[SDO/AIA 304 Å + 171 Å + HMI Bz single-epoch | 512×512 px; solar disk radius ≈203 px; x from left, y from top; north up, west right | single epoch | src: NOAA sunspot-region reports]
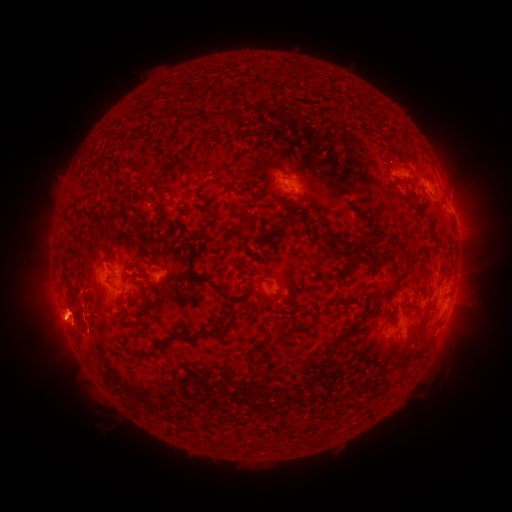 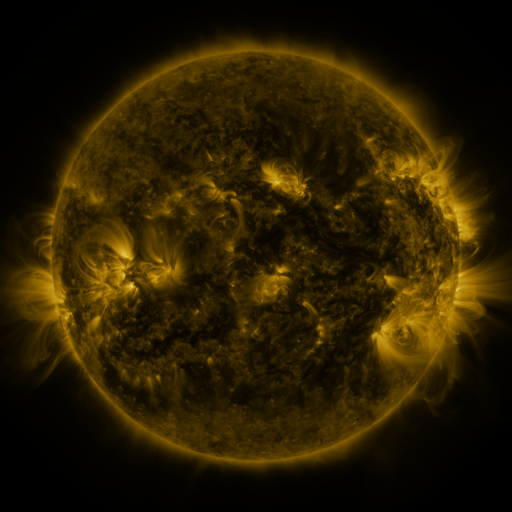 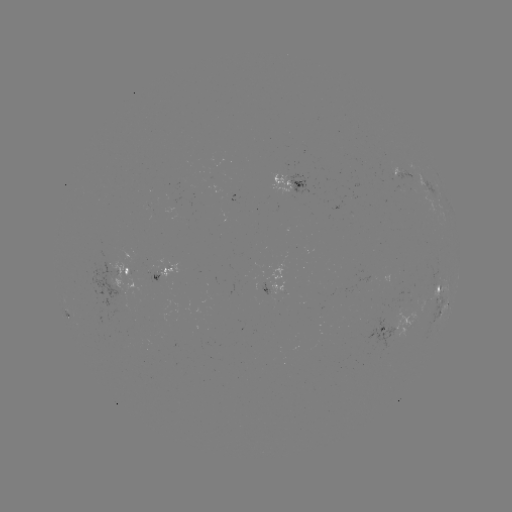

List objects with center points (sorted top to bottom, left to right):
spotted active region: (406, 178)
spotted active region: (290, 179)
spotted active region: (426, 185)
spotted active region: (128, 264)
spotted active region: (165, 272)
spotted active region: (276, 287)
spotted active region: (439, 292)
spotted active region: (445, 305)
spotted active region: (400, 323)
